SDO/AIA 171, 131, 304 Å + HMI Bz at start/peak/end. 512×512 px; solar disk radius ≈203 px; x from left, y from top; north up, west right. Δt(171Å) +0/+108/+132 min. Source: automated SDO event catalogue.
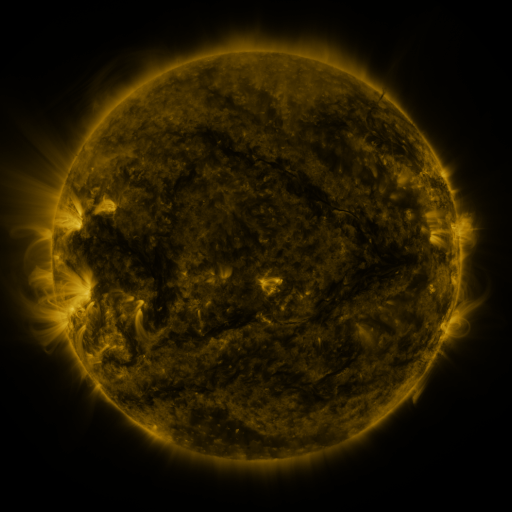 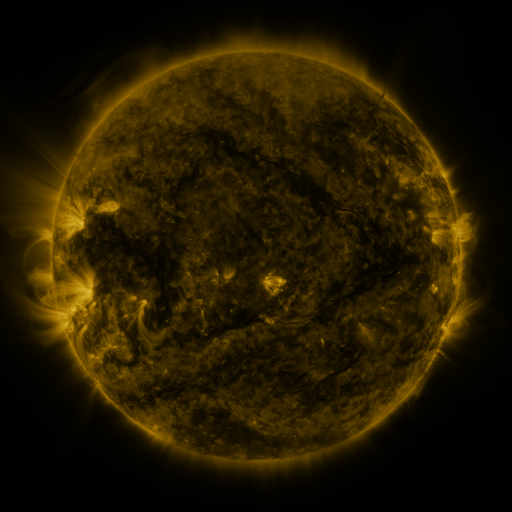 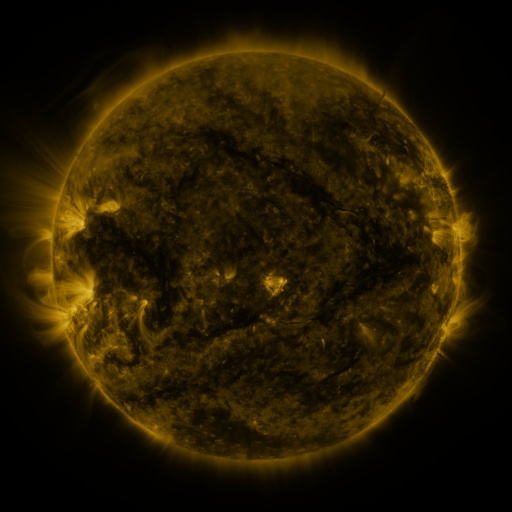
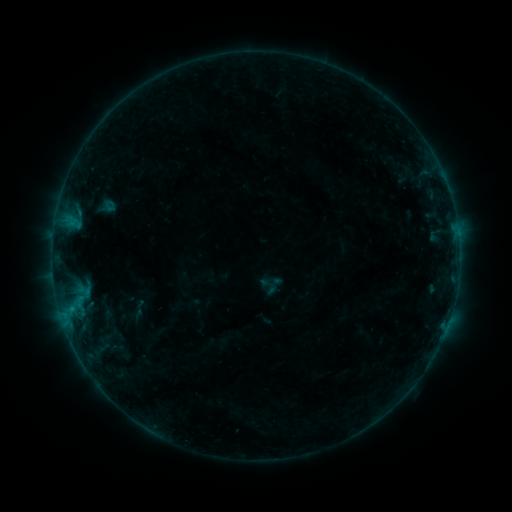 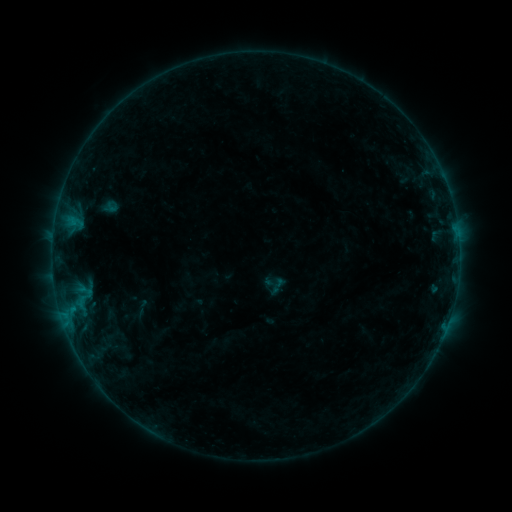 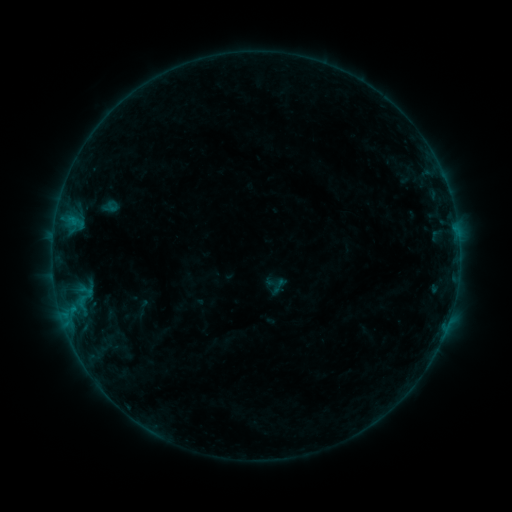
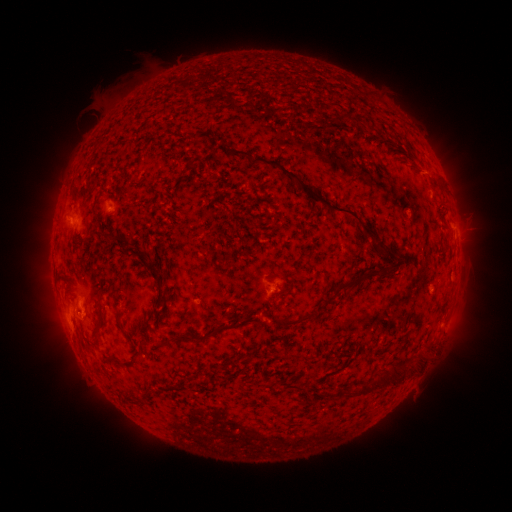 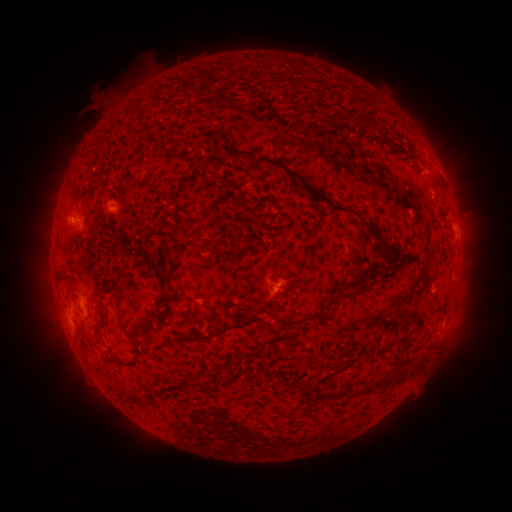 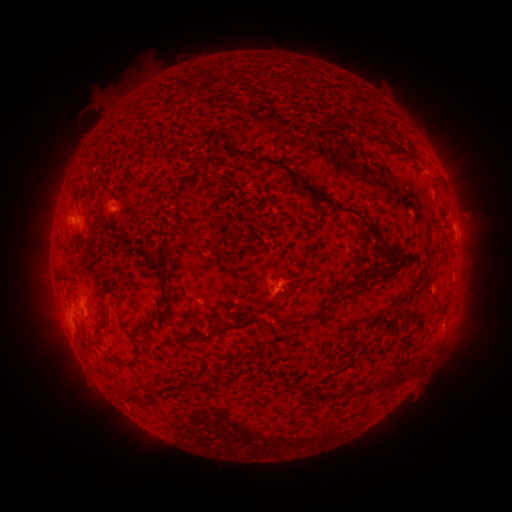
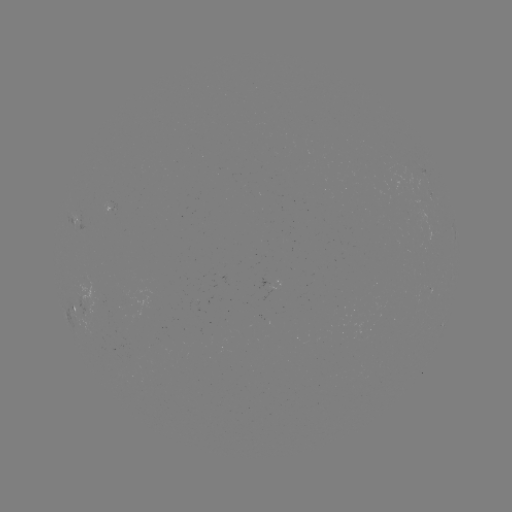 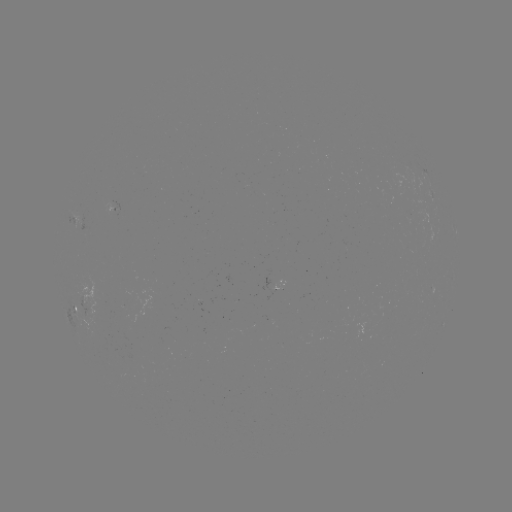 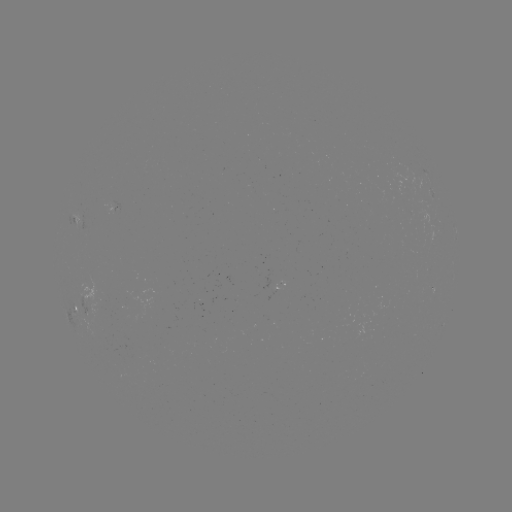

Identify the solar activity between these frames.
emerging-flux region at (278, 286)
